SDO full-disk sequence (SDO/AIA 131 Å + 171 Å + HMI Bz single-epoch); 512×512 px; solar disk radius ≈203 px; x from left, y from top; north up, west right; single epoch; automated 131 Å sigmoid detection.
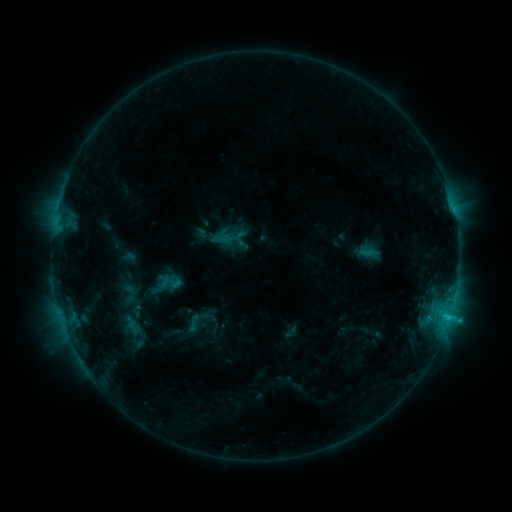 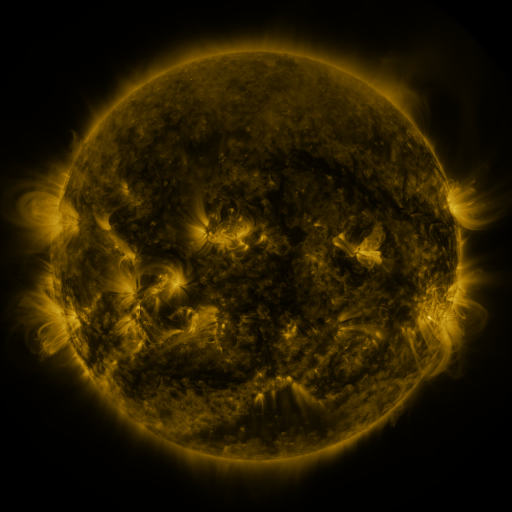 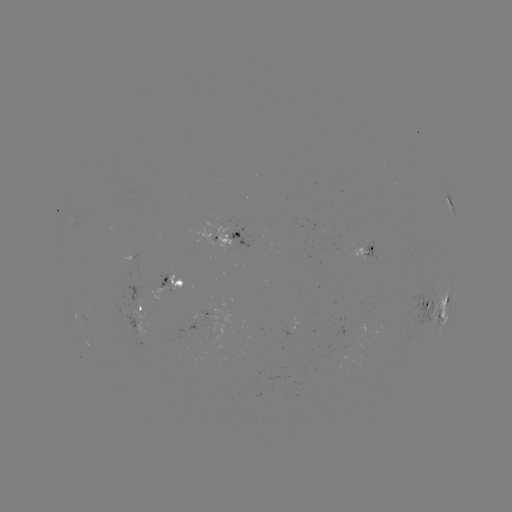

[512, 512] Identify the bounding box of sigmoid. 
[183, 313, 204, 332].